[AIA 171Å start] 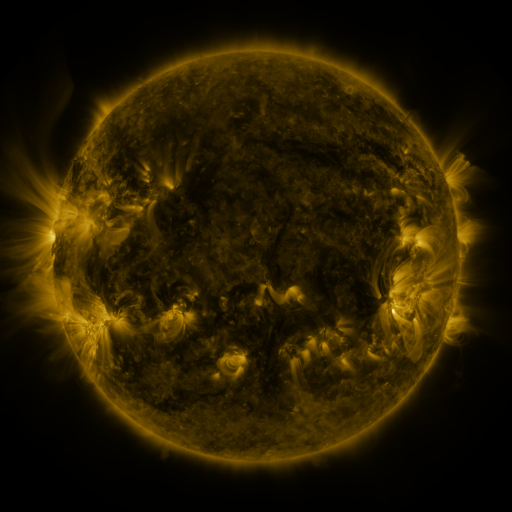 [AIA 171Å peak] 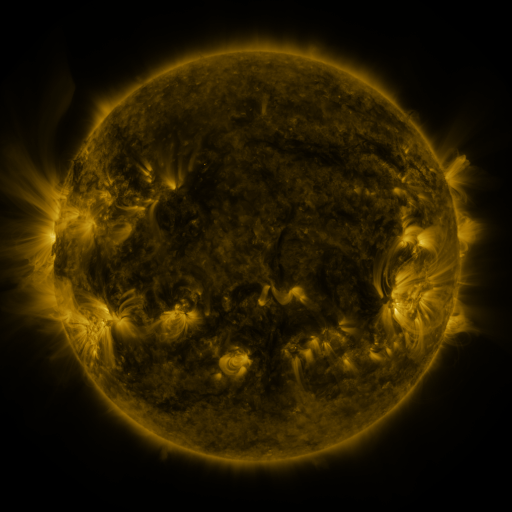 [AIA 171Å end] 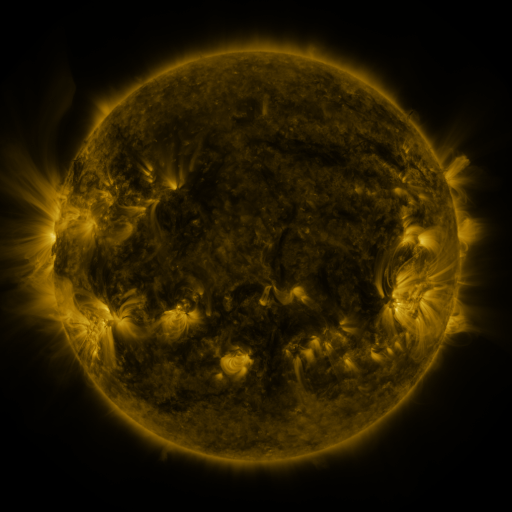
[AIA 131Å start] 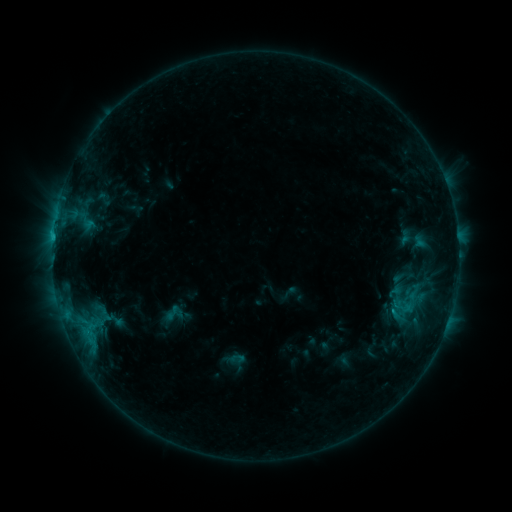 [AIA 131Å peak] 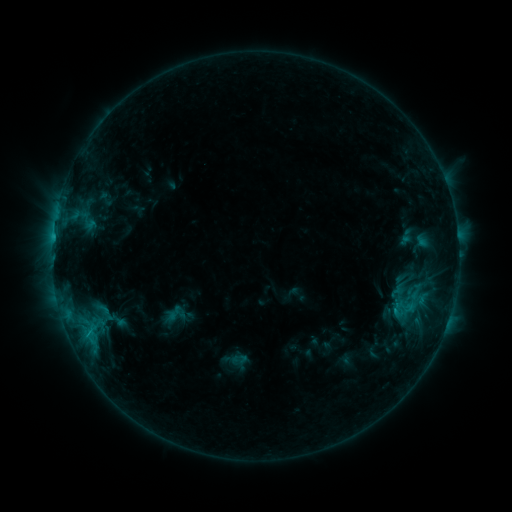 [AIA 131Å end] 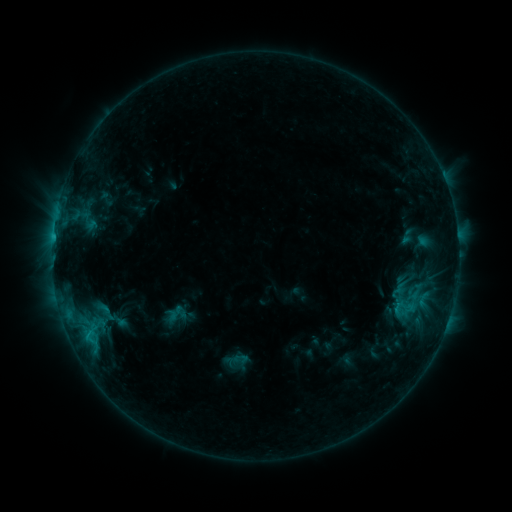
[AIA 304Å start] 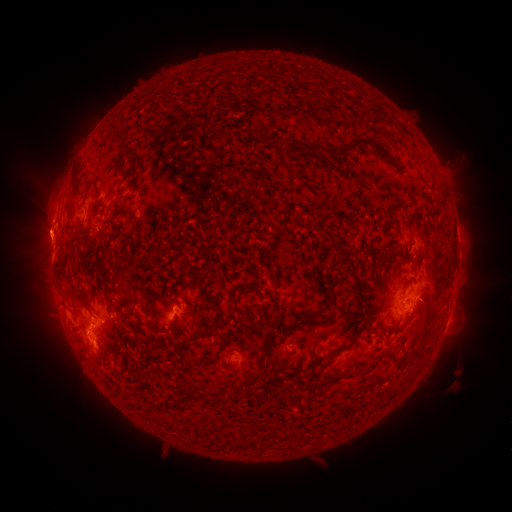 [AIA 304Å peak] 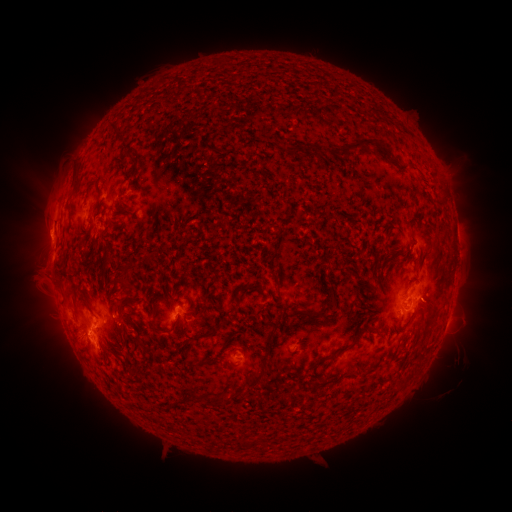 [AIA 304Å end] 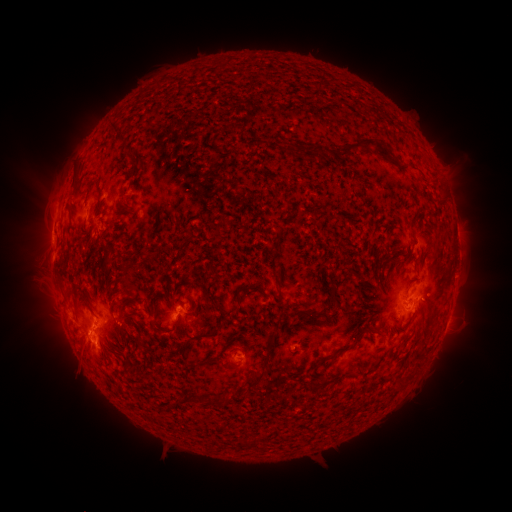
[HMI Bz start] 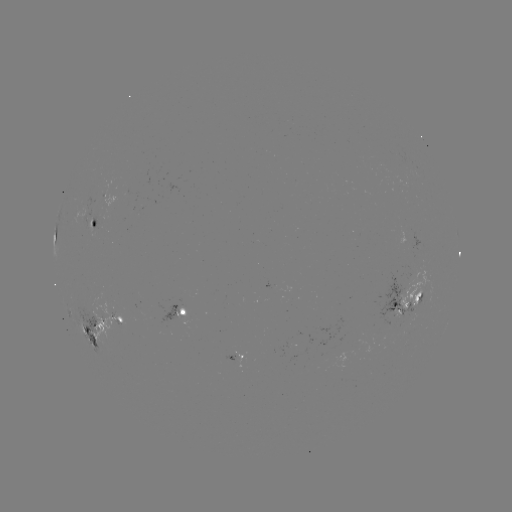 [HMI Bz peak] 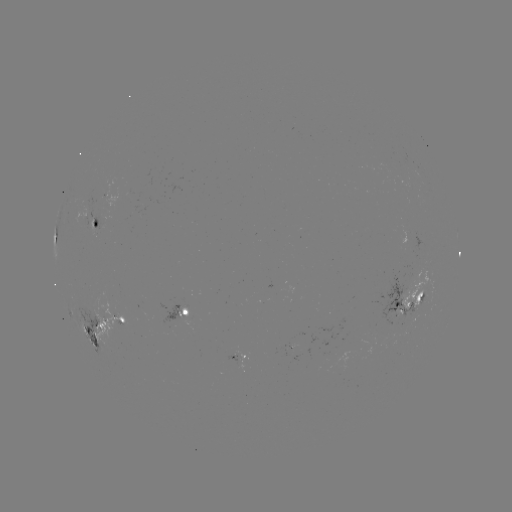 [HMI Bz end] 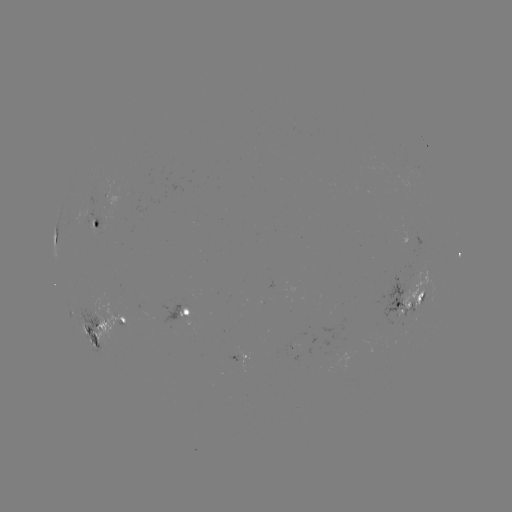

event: emerging-flux region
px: (105, 317)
